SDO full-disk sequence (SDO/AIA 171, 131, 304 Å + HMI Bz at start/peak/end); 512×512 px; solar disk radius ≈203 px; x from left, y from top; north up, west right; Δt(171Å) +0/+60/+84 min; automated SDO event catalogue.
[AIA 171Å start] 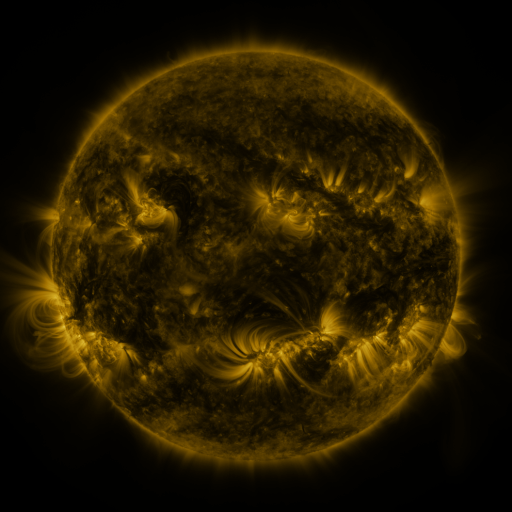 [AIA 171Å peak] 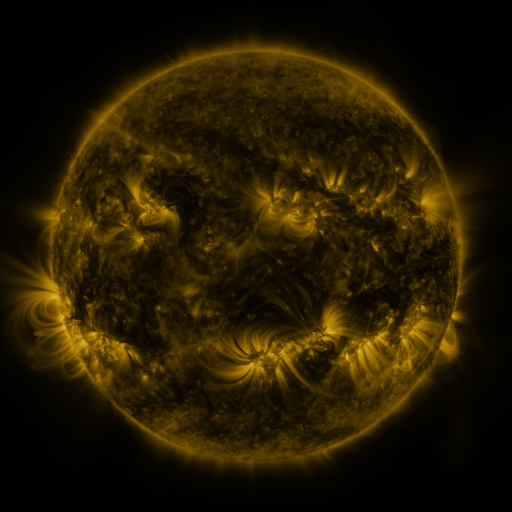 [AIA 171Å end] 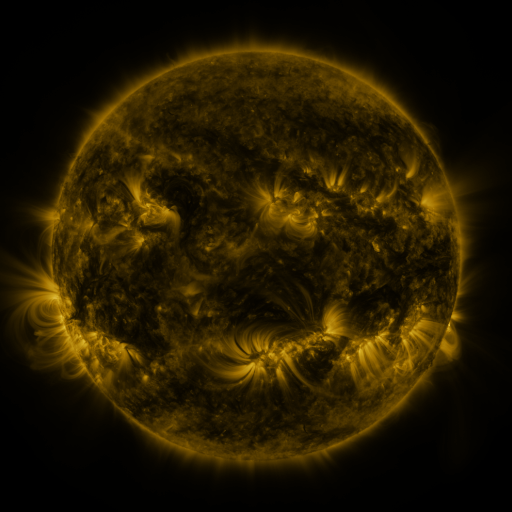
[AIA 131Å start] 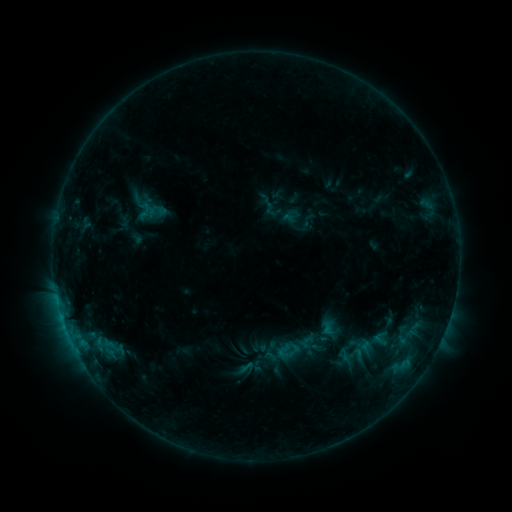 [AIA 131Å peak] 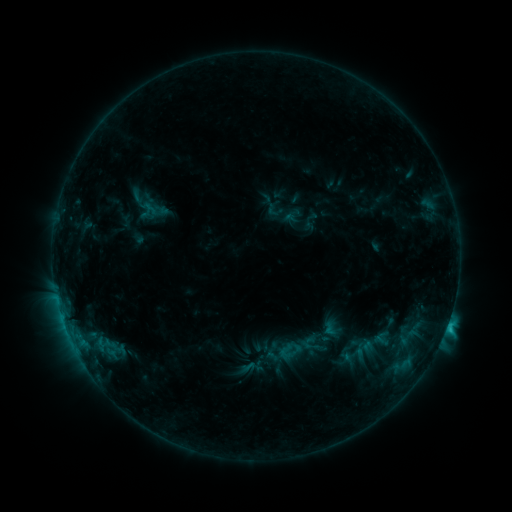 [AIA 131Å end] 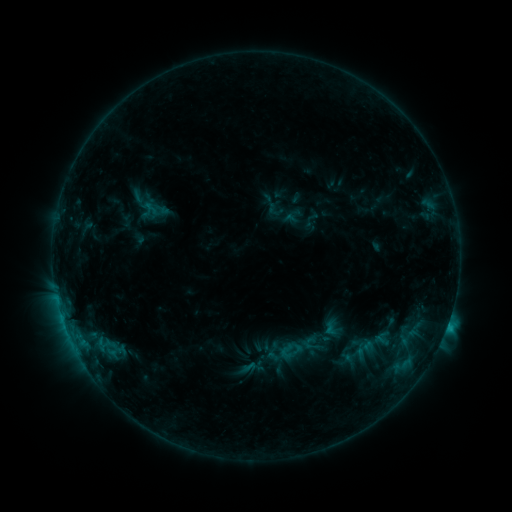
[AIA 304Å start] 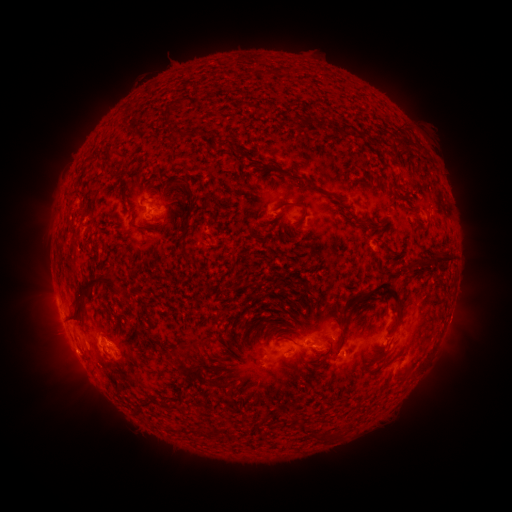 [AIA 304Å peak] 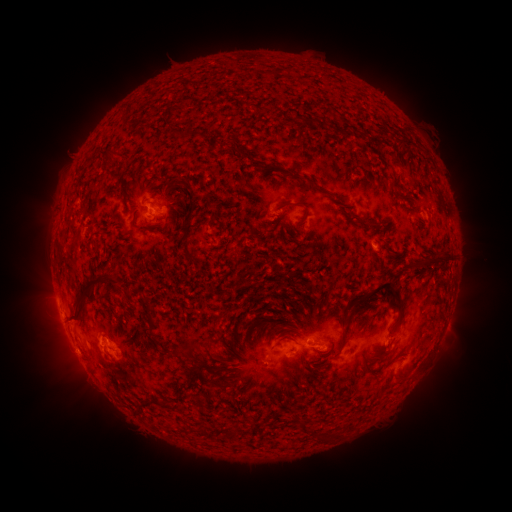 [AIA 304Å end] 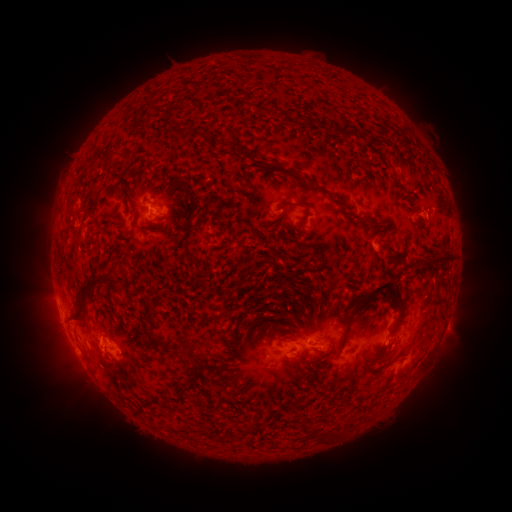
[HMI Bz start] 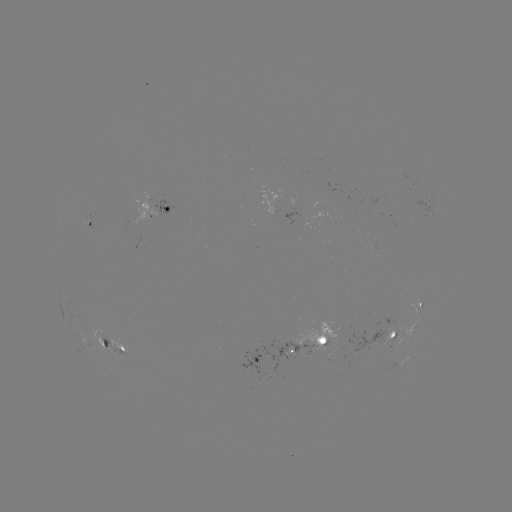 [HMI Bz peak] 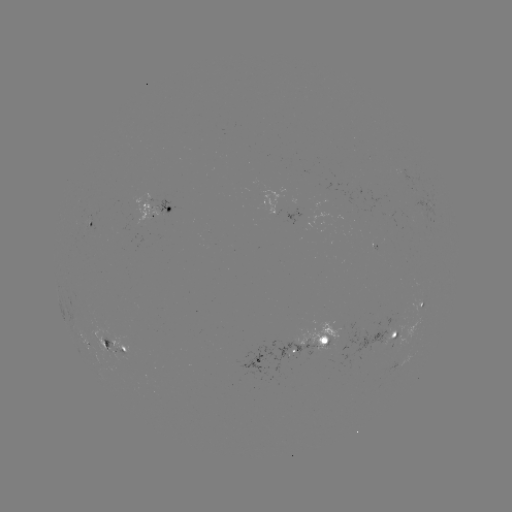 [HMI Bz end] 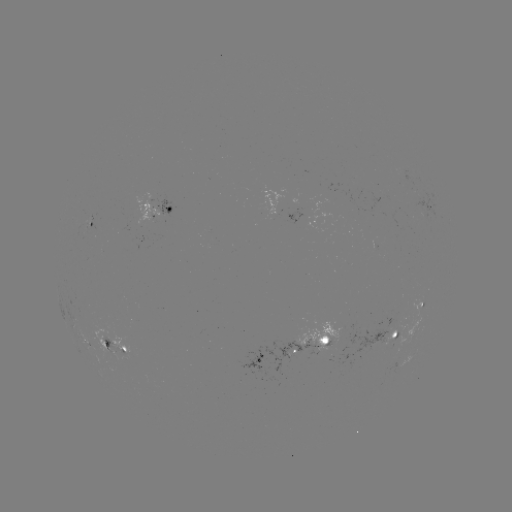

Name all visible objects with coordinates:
C1.5 flare: (446, 326)
